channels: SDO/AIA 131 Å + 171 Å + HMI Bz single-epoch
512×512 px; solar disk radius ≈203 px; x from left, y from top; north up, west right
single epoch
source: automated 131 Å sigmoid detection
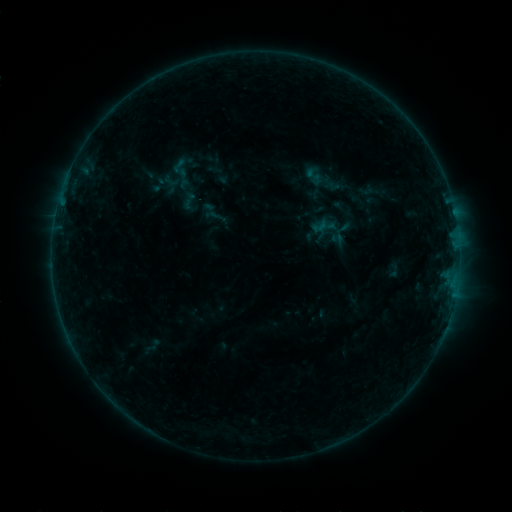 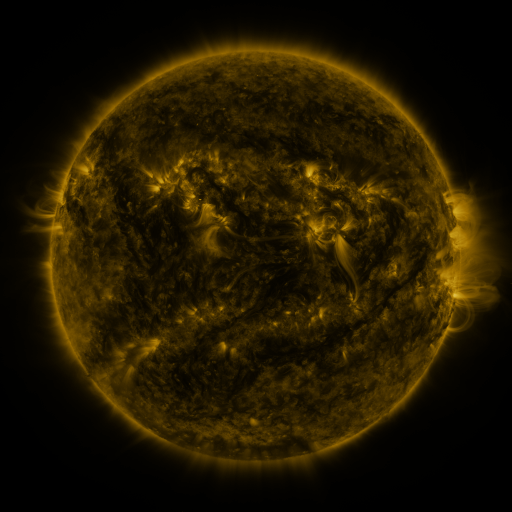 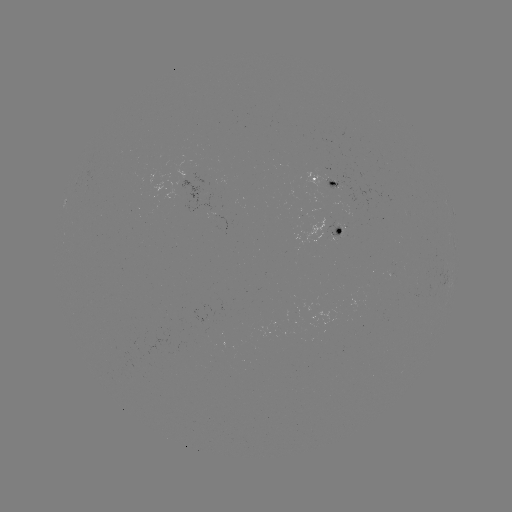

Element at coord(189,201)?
sigmoid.